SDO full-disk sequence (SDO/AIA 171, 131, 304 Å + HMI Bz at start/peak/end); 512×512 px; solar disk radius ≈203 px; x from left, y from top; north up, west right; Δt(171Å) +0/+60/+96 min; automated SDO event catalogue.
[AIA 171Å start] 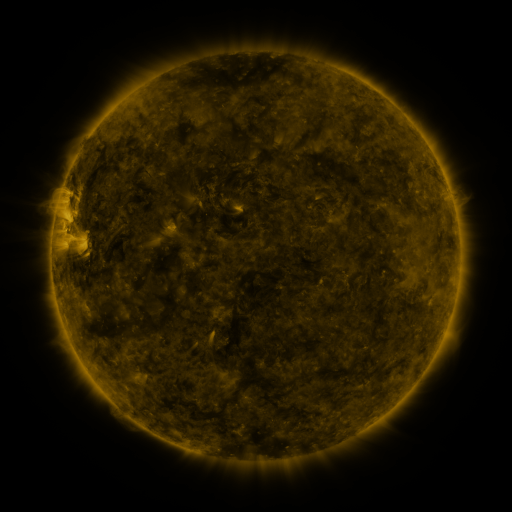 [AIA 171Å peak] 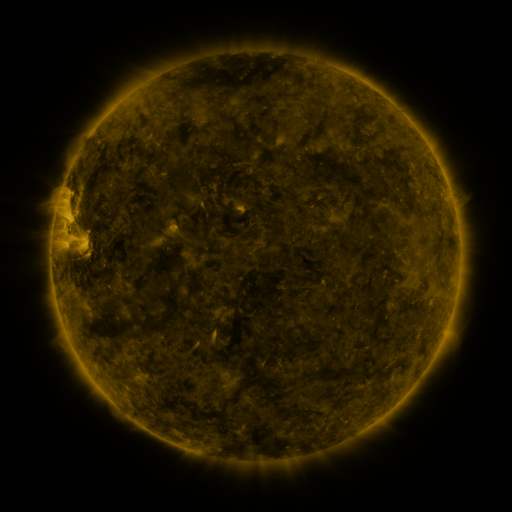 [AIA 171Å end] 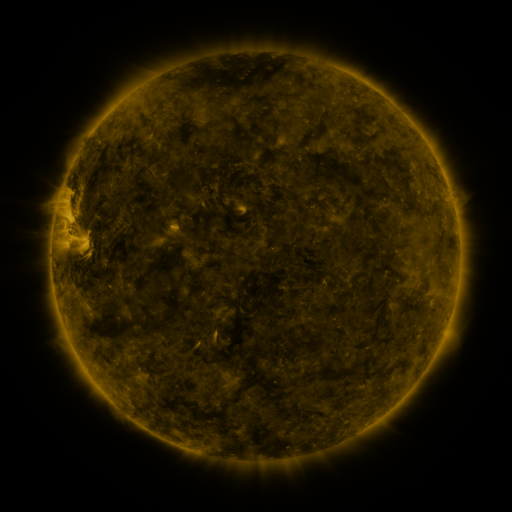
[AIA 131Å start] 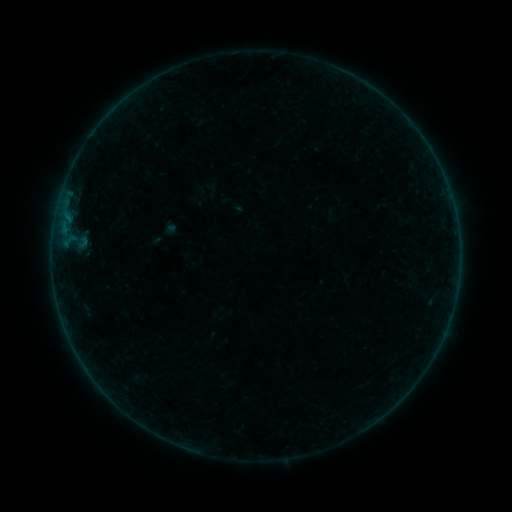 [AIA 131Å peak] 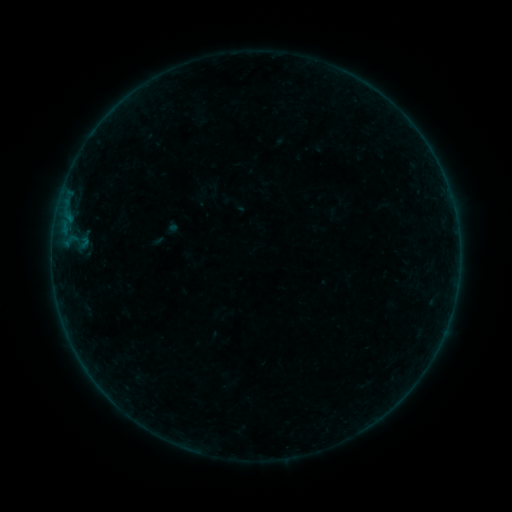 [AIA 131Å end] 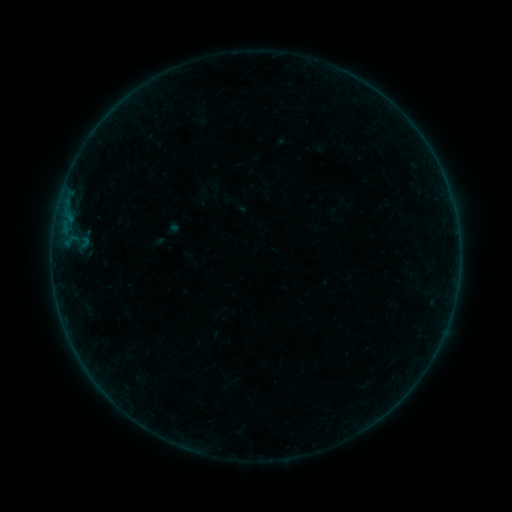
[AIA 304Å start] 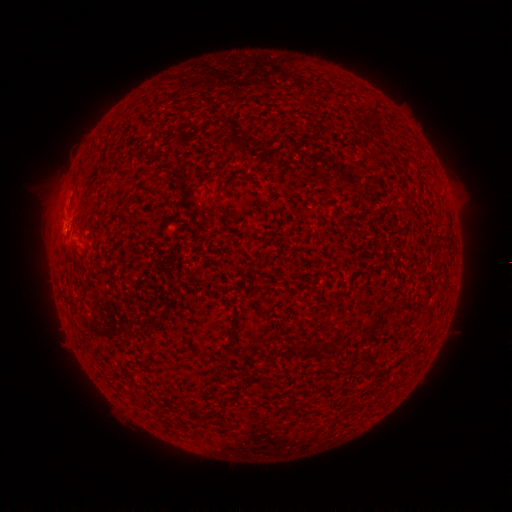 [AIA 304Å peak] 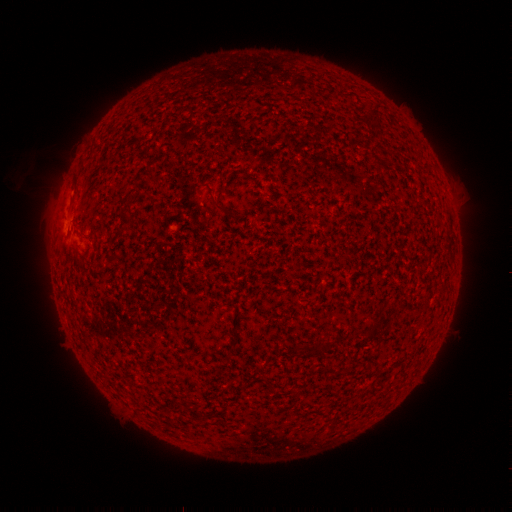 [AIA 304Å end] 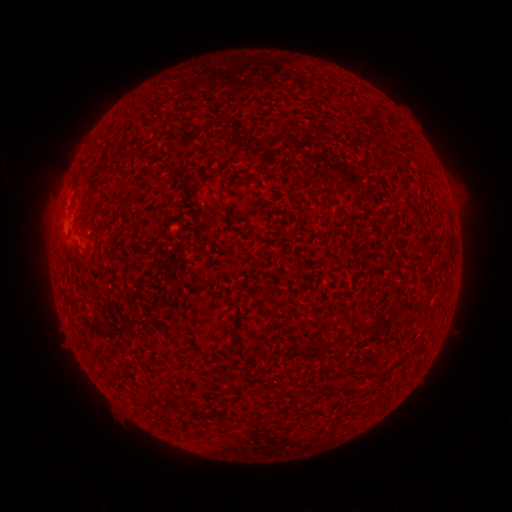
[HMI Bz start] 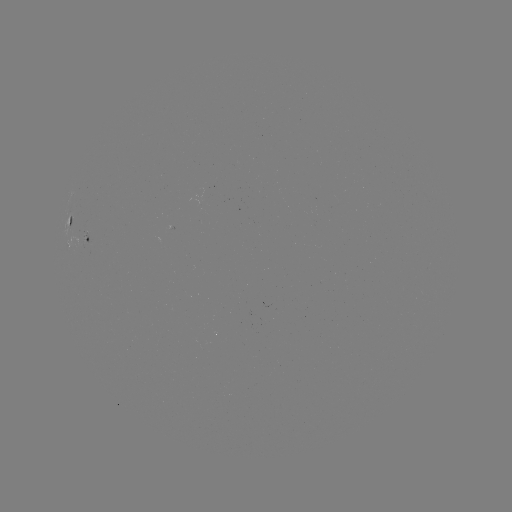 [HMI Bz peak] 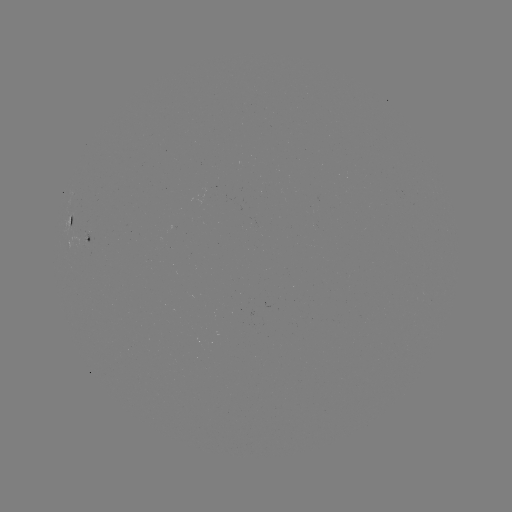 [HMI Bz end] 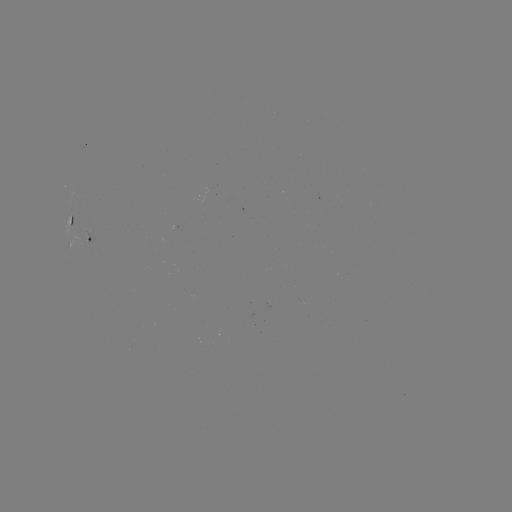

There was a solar emerging-flux region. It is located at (89, 234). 